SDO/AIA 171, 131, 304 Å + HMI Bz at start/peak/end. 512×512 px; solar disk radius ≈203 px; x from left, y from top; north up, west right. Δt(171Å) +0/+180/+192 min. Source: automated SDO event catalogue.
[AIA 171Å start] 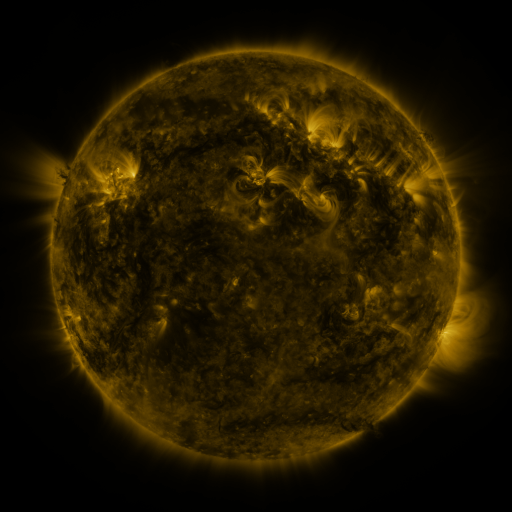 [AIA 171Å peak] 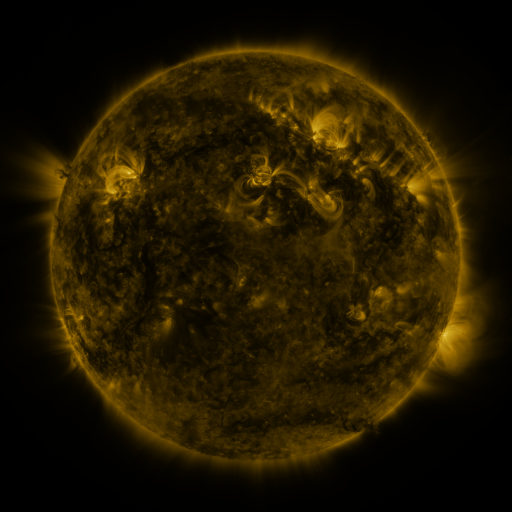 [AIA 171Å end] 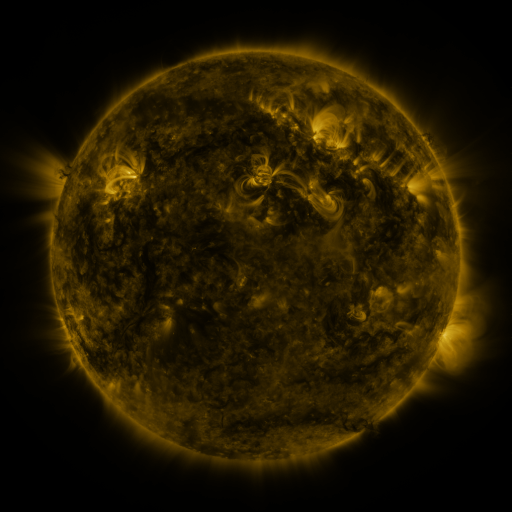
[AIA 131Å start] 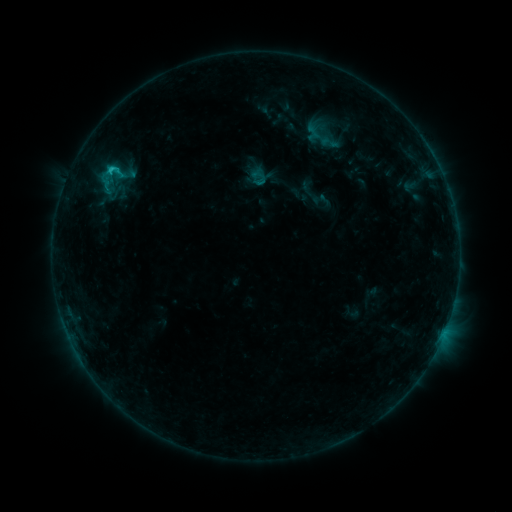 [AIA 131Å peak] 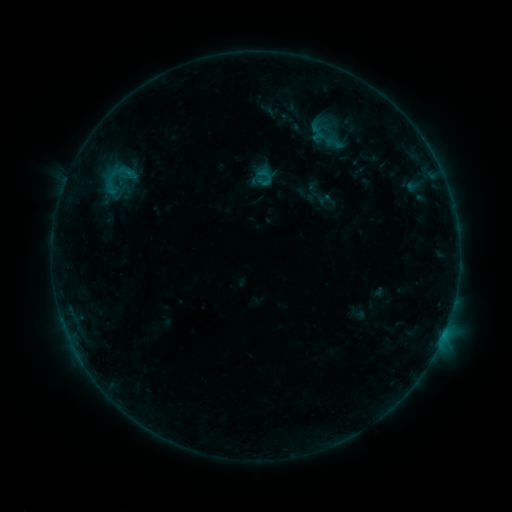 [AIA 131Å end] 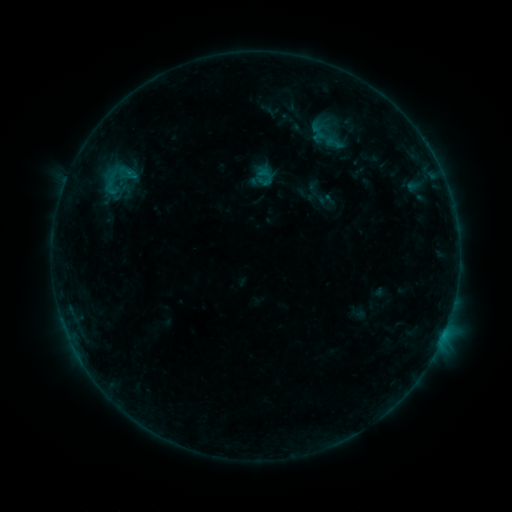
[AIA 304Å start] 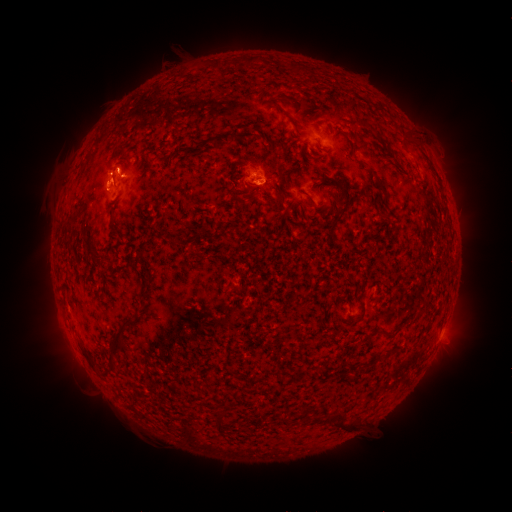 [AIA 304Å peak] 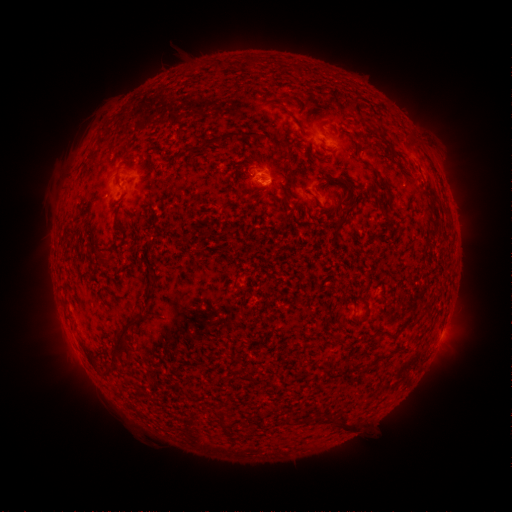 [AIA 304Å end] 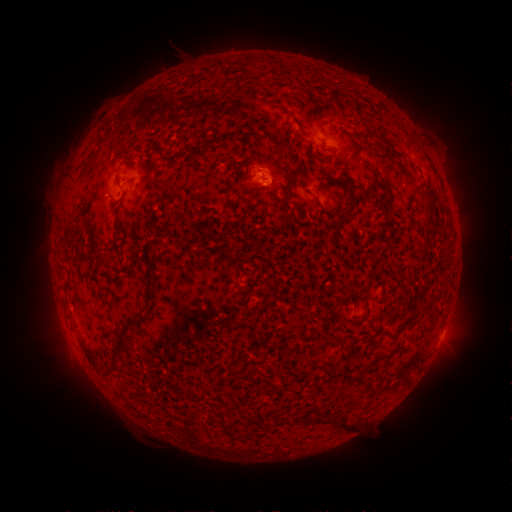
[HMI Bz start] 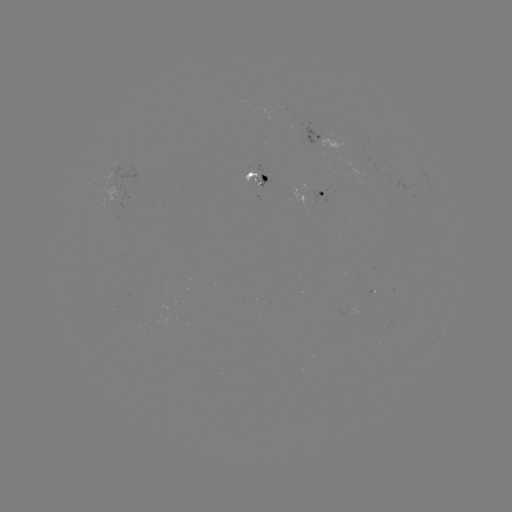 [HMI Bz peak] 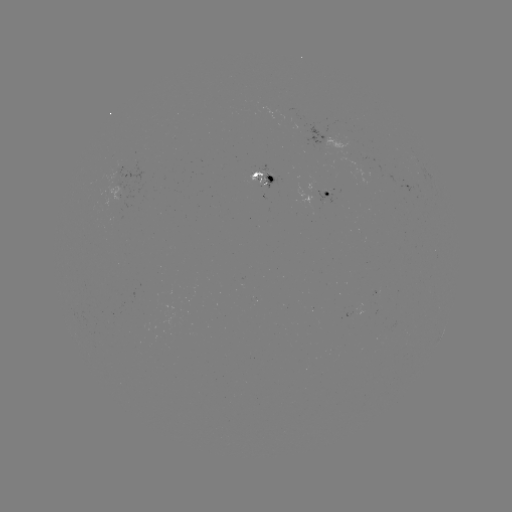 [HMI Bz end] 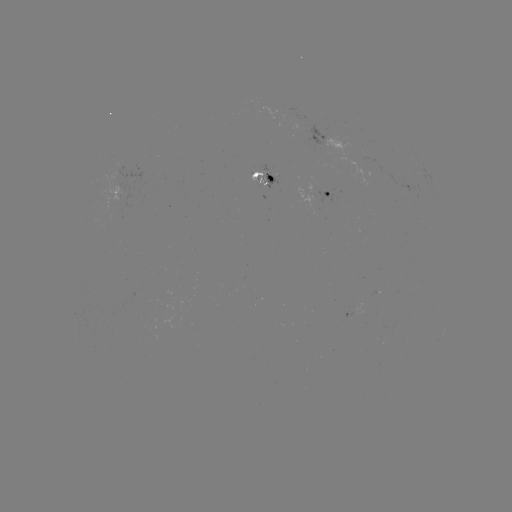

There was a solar emerging-flux region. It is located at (257, 178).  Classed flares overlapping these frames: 1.